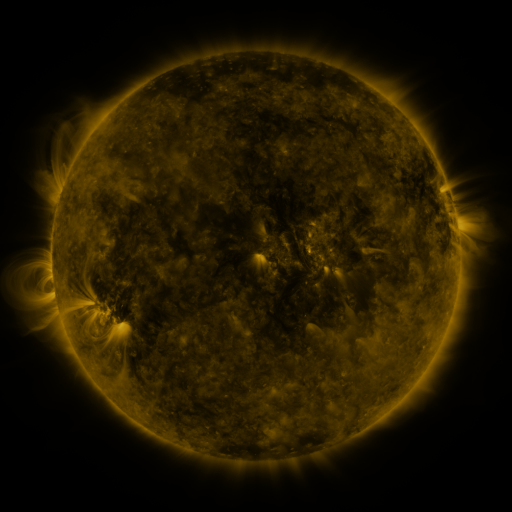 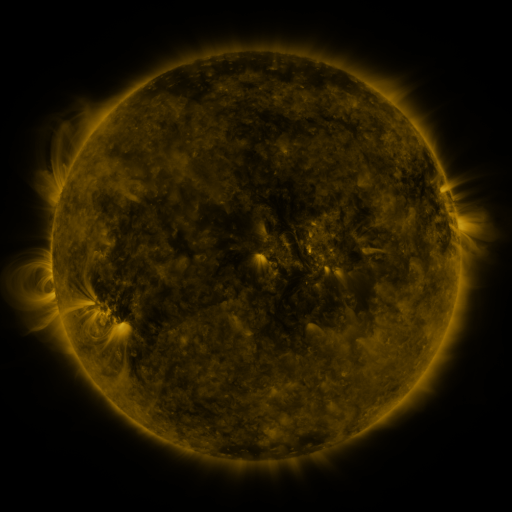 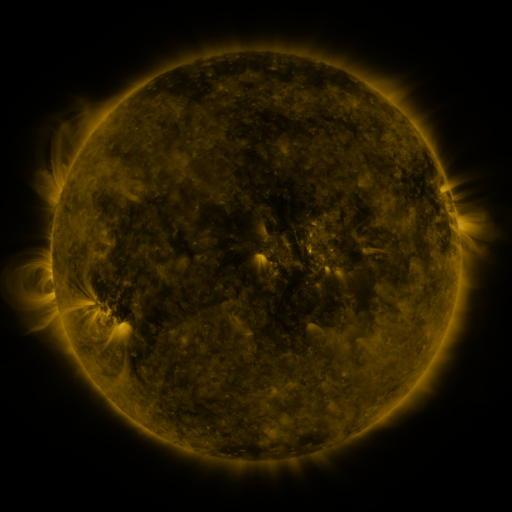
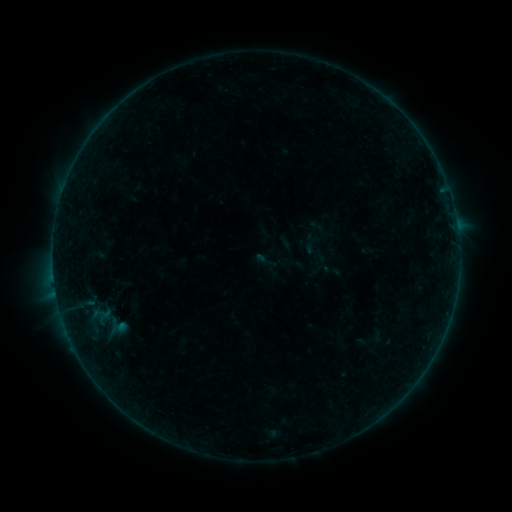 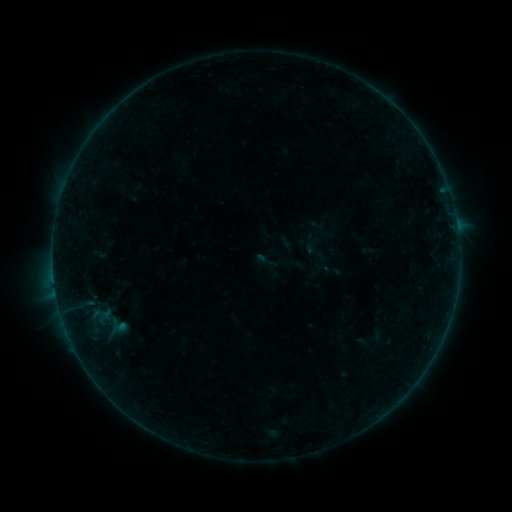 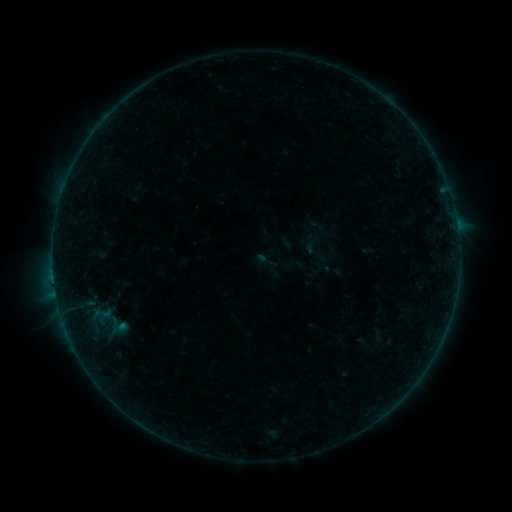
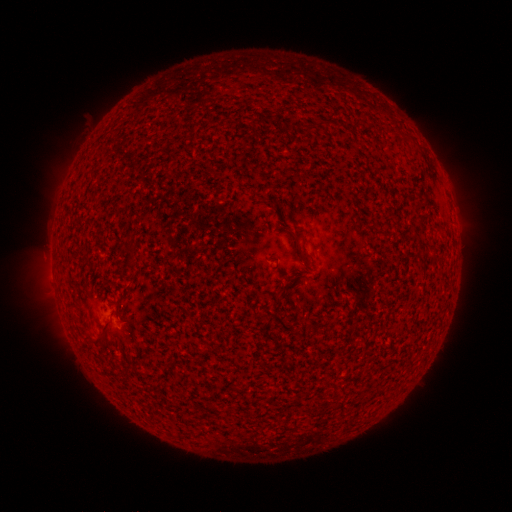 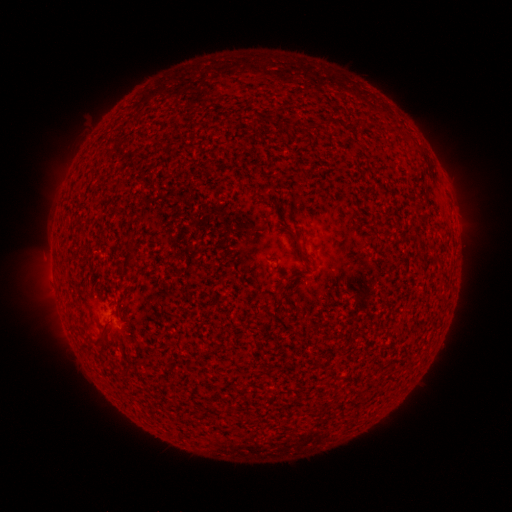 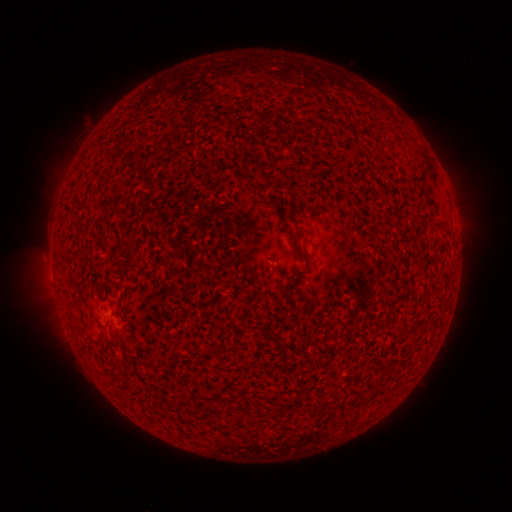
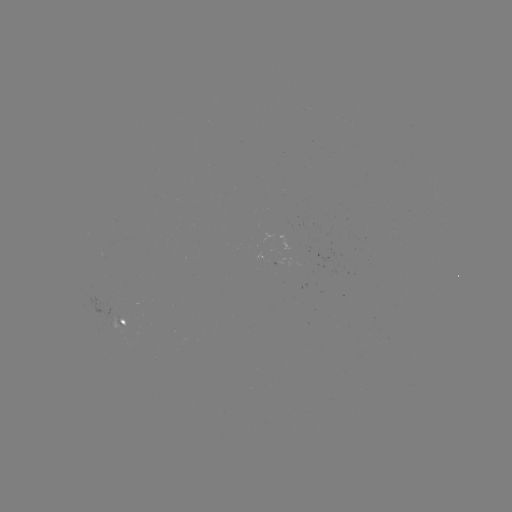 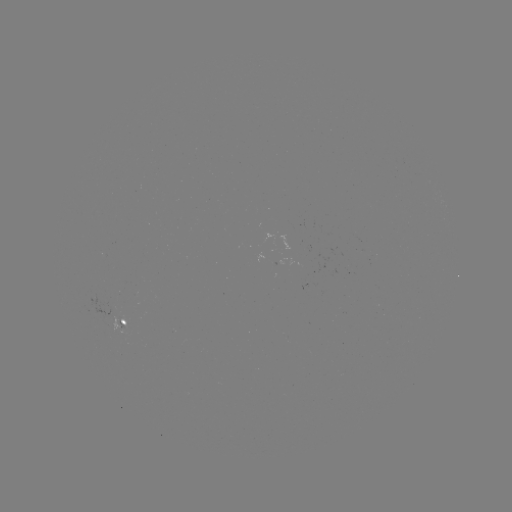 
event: flare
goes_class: B3.0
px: (54, 281)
